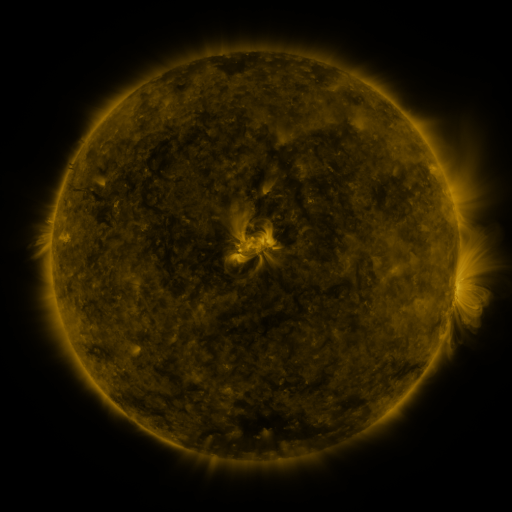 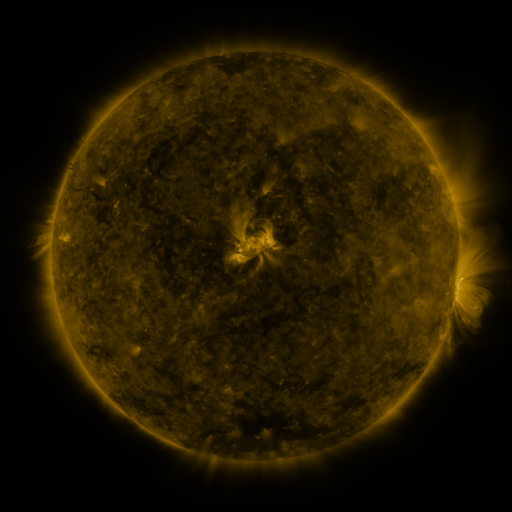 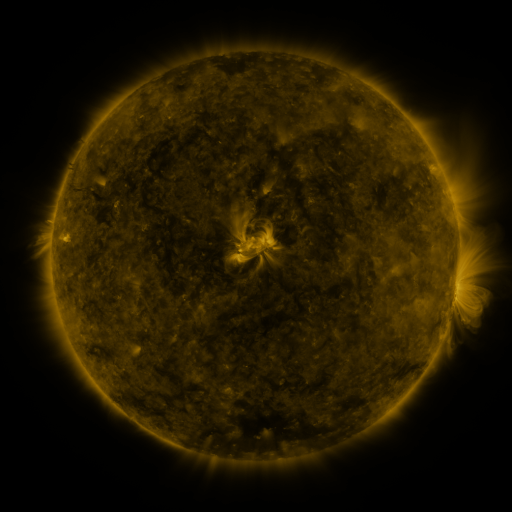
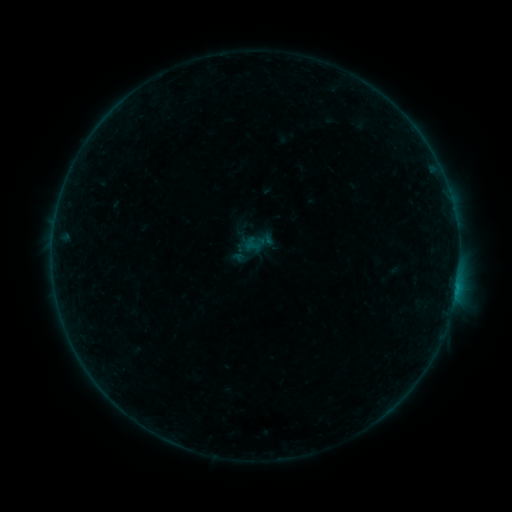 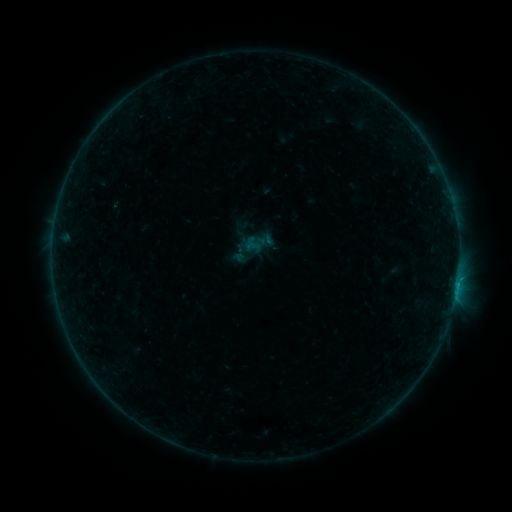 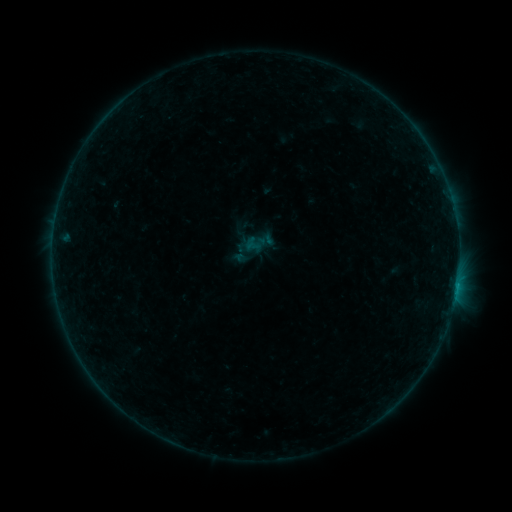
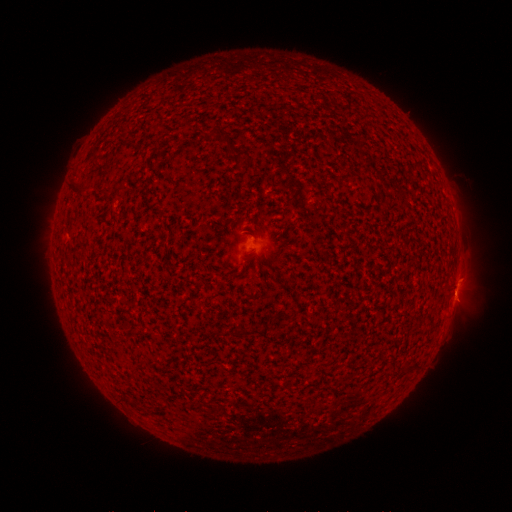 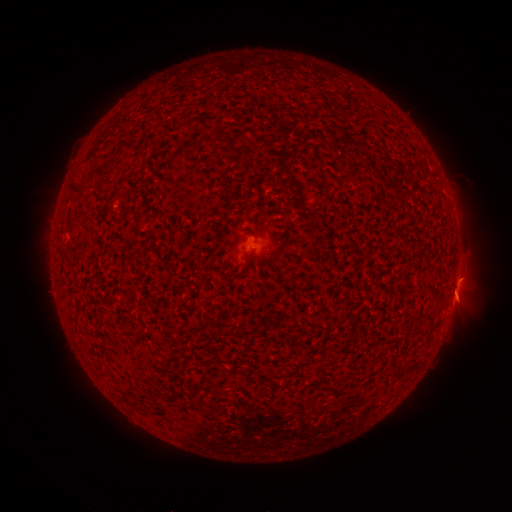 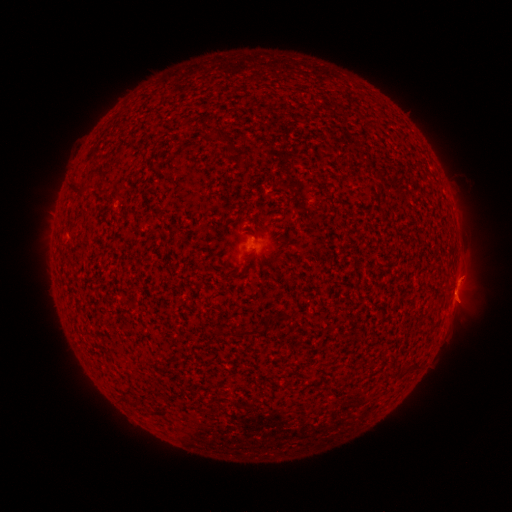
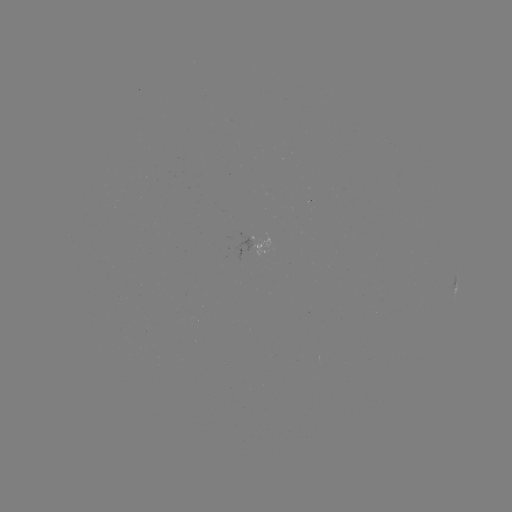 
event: flare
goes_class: B2.6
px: (457, 283)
